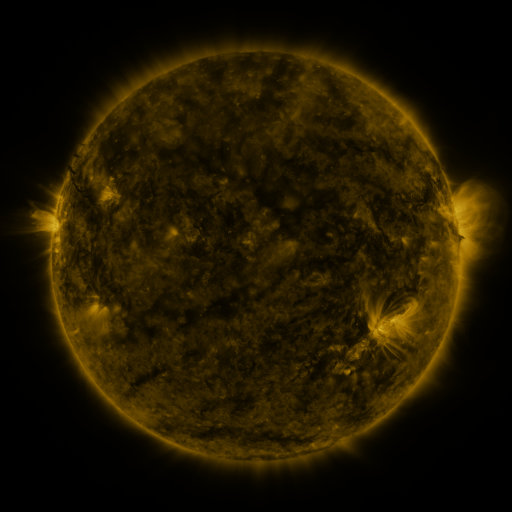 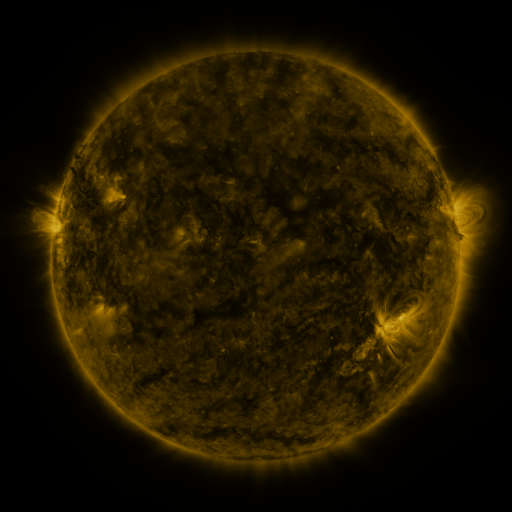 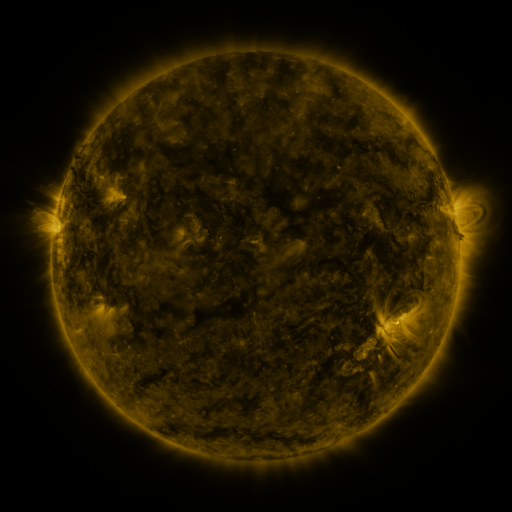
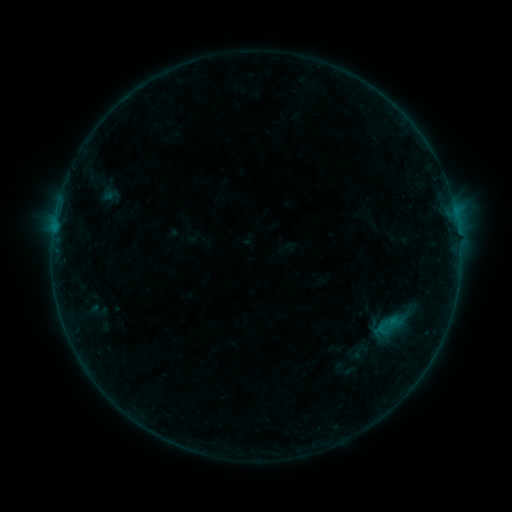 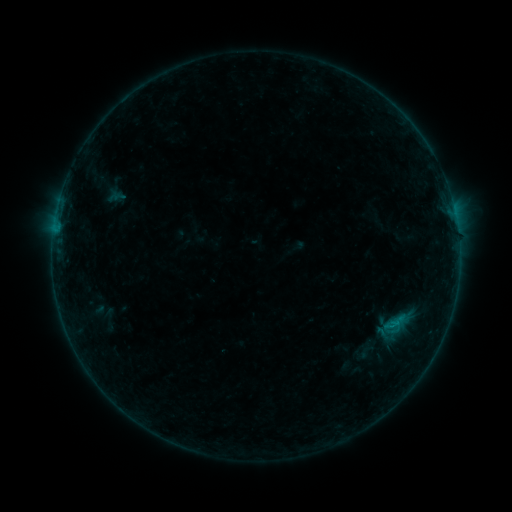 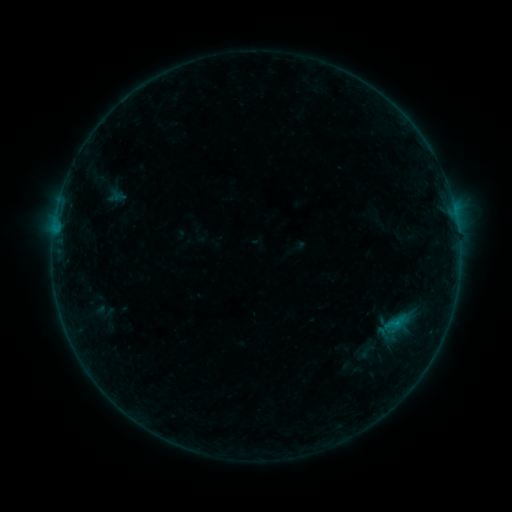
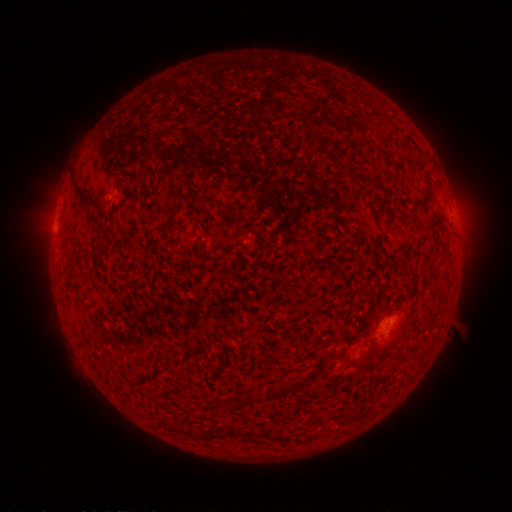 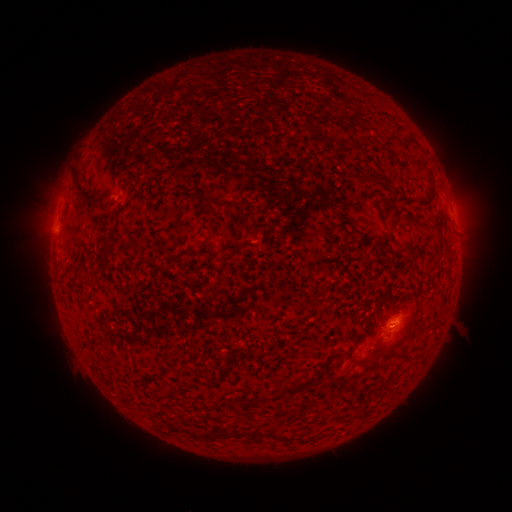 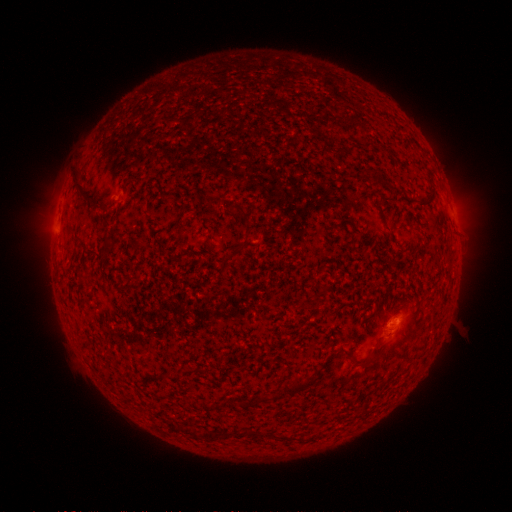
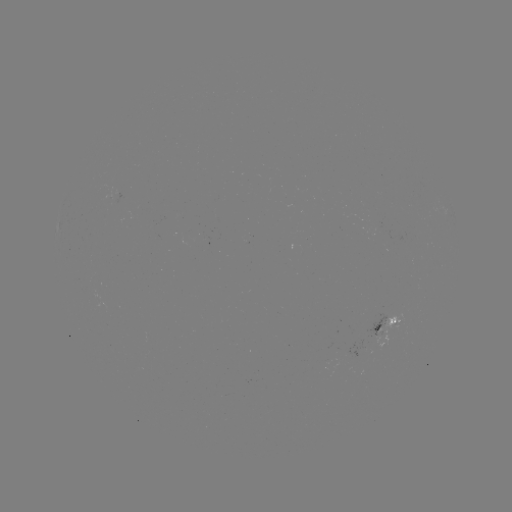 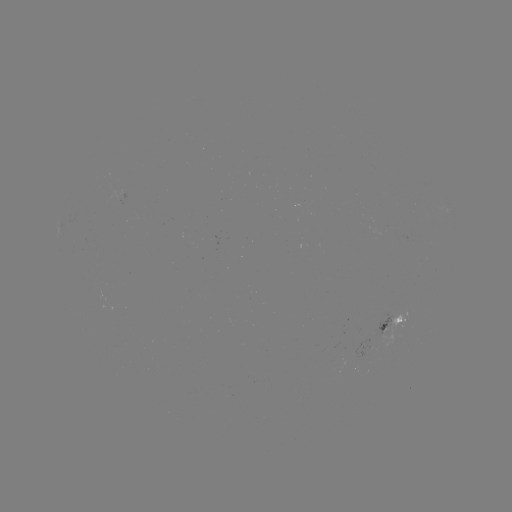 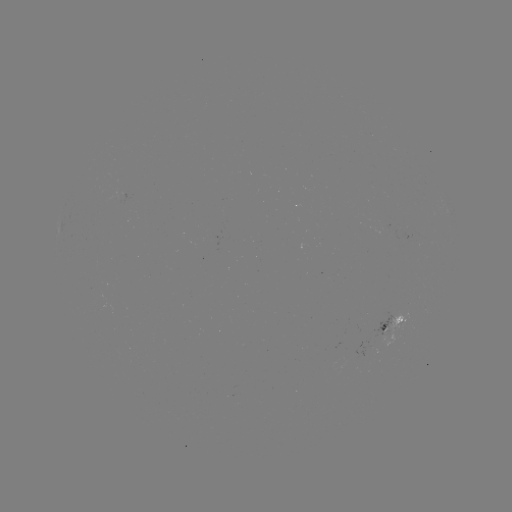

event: emerging-flux region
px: (357, 352)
